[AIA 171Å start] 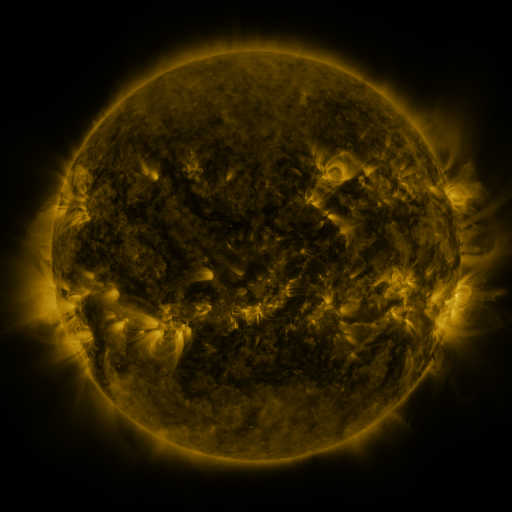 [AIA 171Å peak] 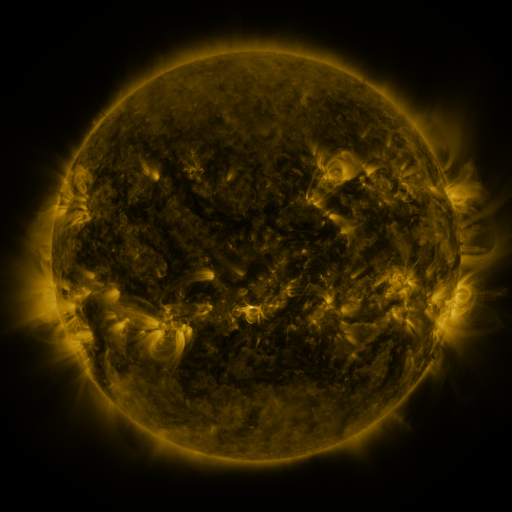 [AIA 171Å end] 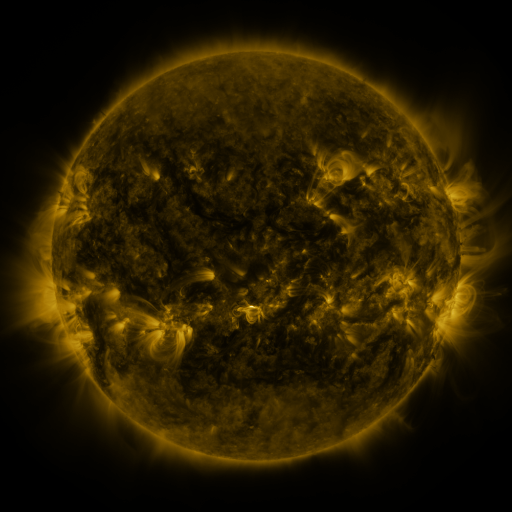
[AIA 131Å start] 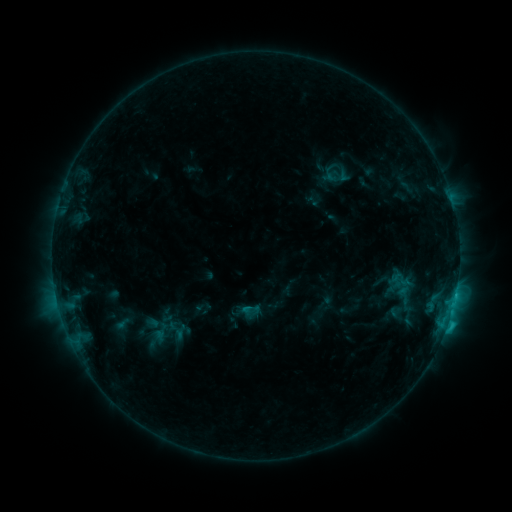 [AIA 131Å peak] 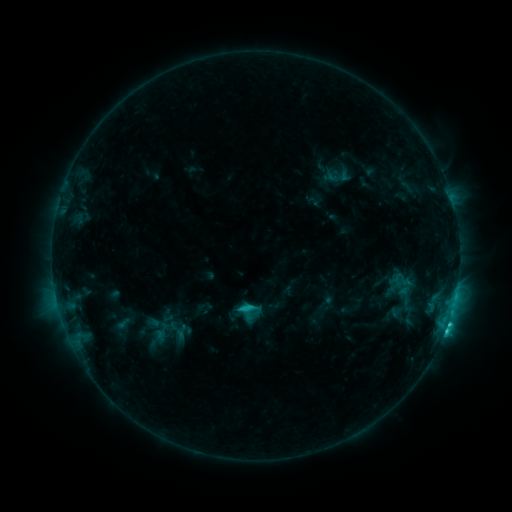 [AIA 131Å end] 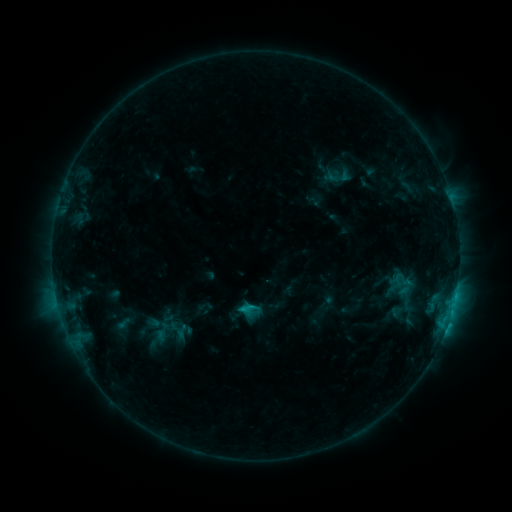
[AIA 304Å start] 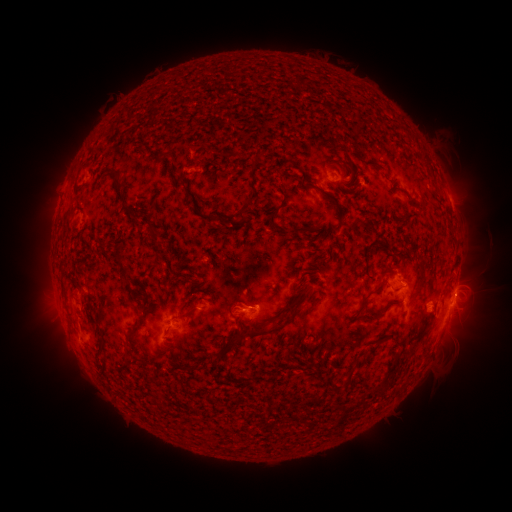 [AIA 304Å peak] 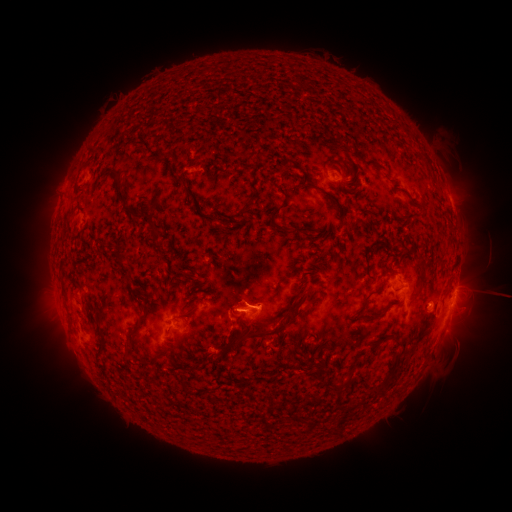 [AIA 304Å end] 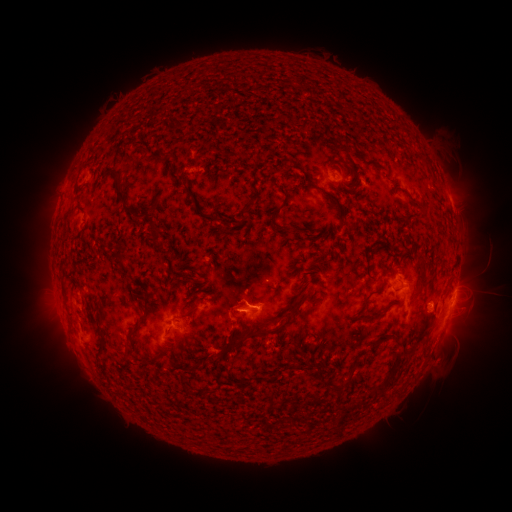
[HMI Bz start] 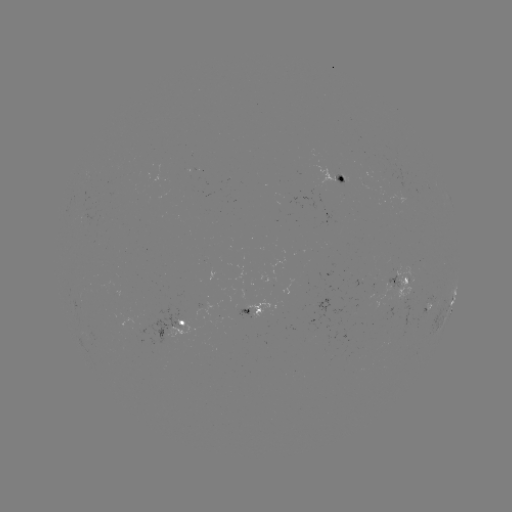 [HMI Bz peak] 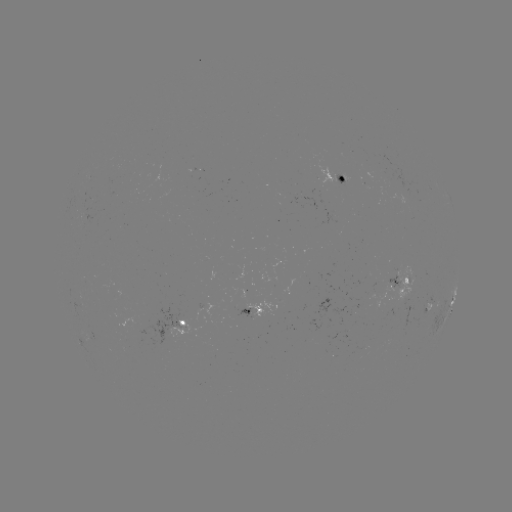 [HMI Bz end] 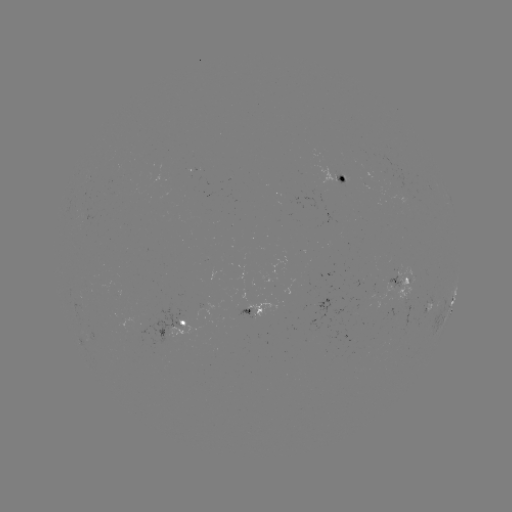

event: flare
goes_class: C3.3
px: (445, 327)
